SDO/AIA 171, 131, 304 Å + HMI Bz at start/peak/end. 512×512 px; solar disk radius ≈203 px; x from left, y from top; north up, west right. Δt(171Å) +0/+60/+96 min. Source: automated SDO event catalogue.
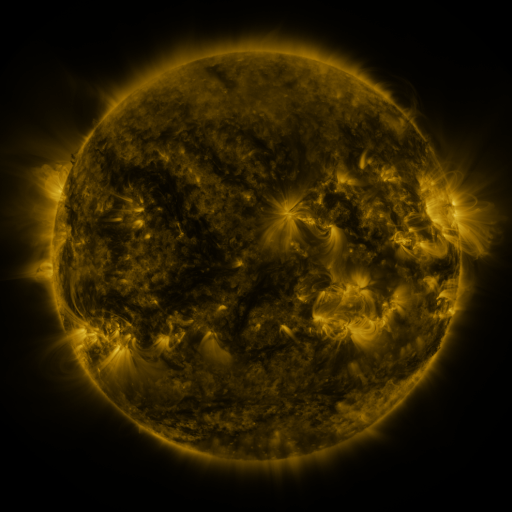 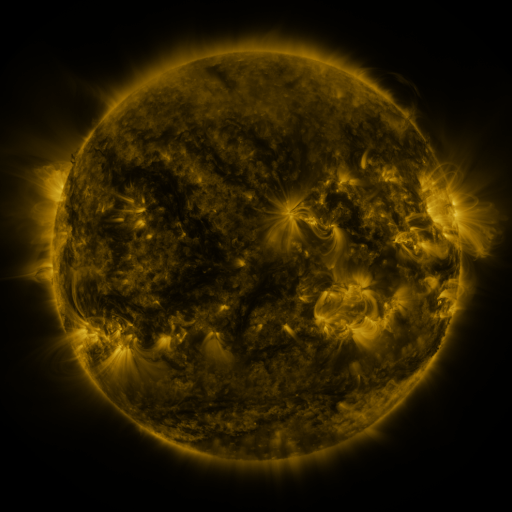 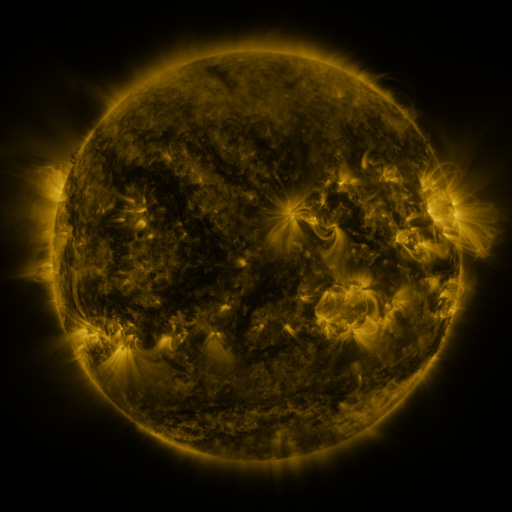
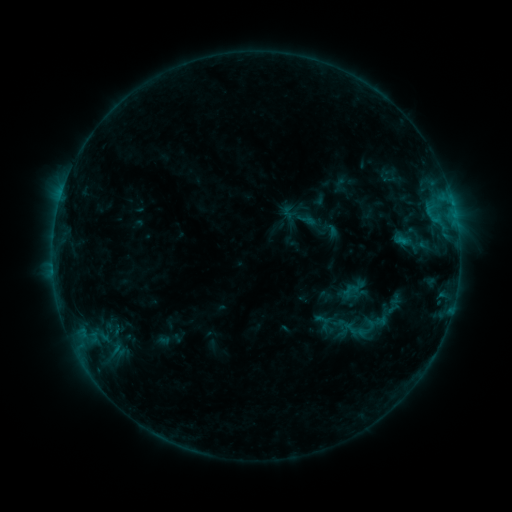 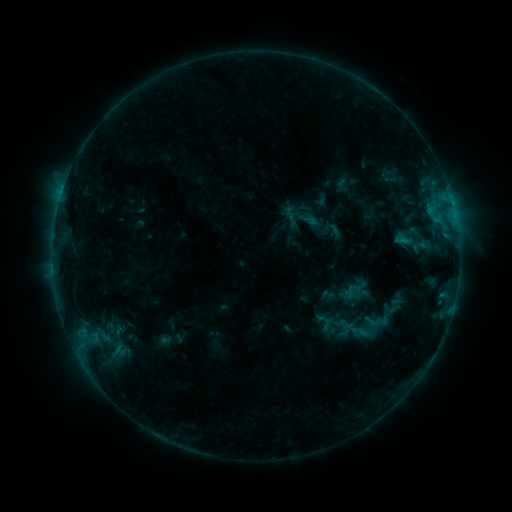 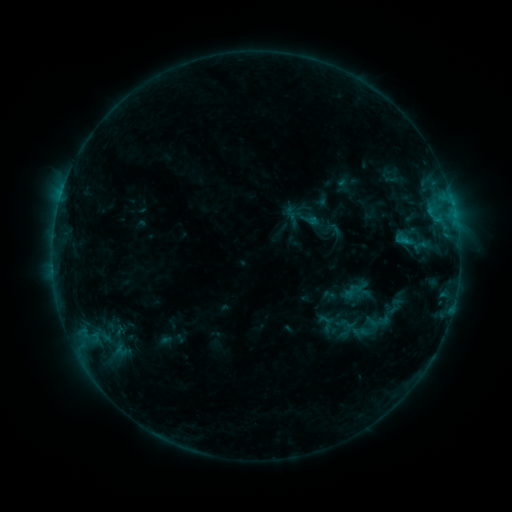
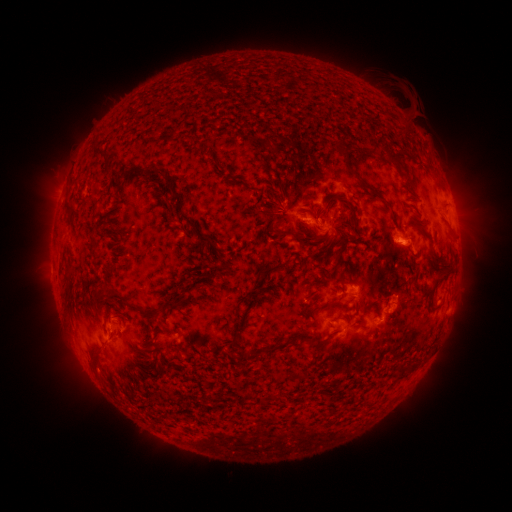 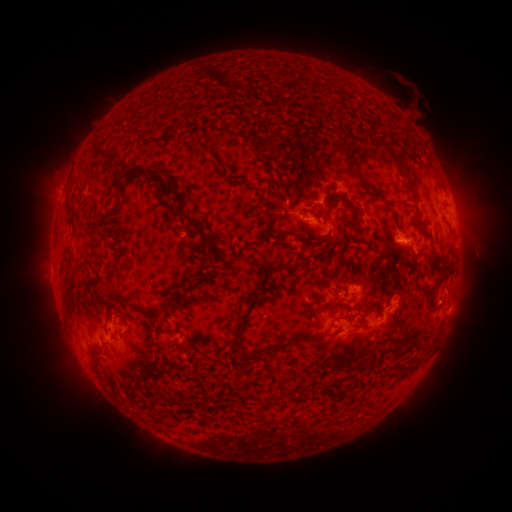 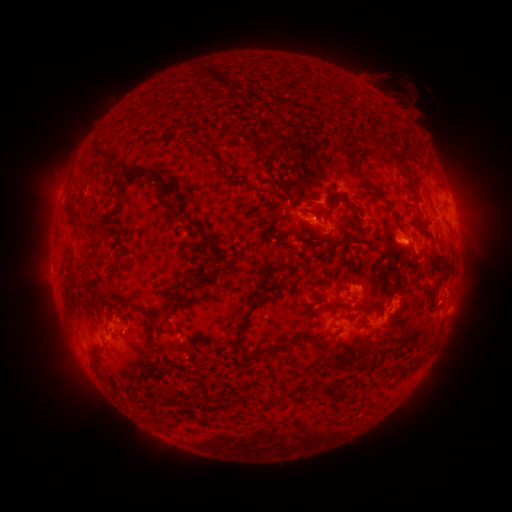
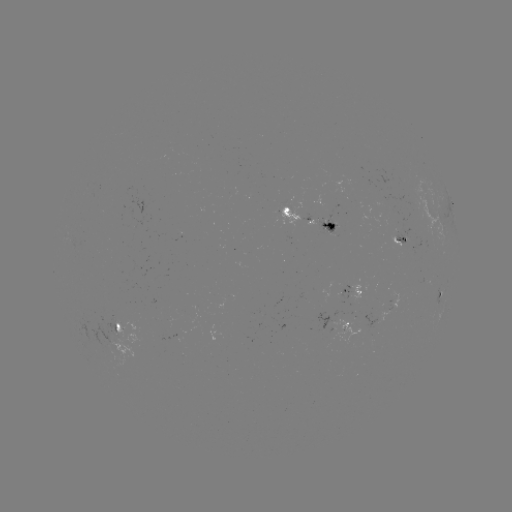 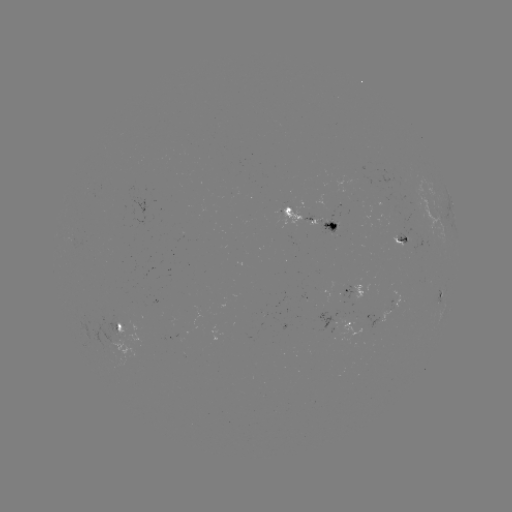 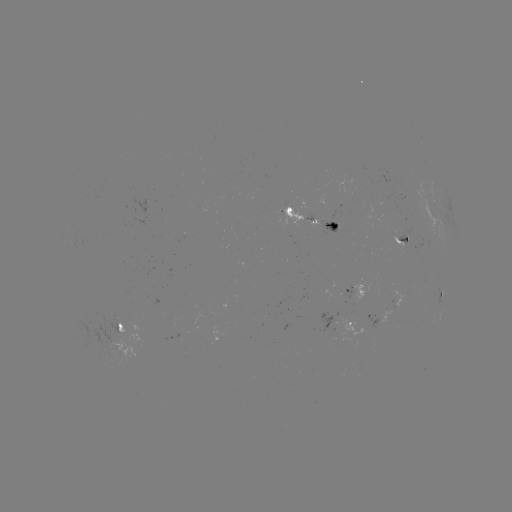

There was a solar emerging-flux region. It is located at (334, 224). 